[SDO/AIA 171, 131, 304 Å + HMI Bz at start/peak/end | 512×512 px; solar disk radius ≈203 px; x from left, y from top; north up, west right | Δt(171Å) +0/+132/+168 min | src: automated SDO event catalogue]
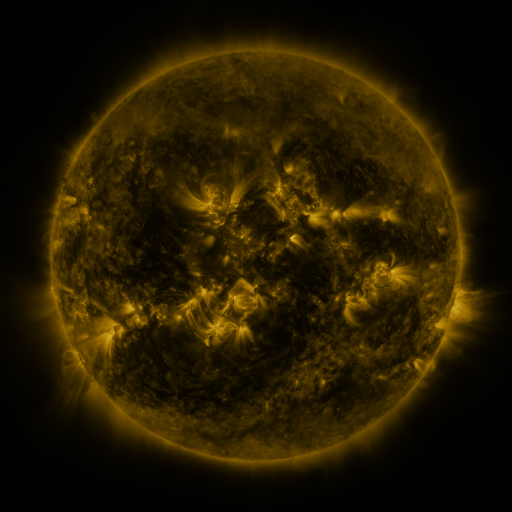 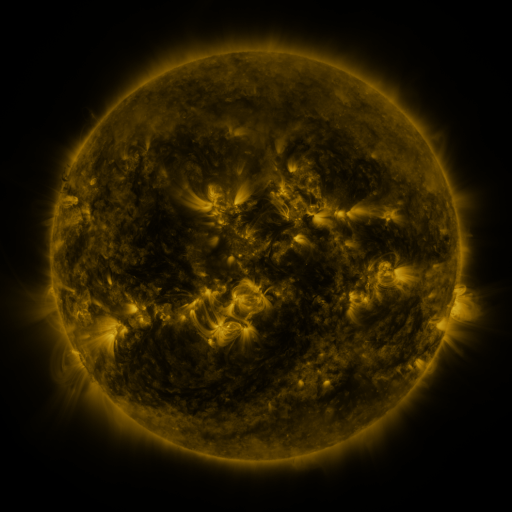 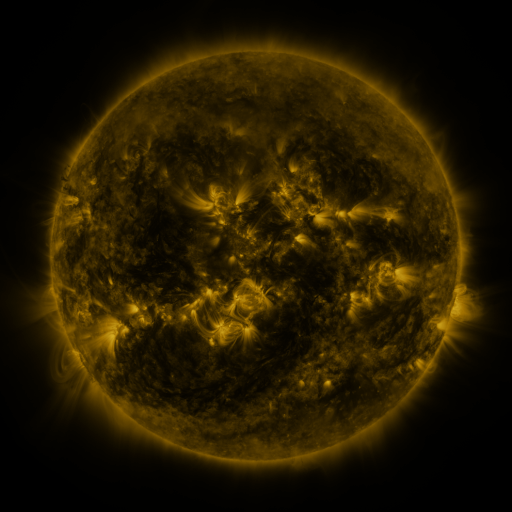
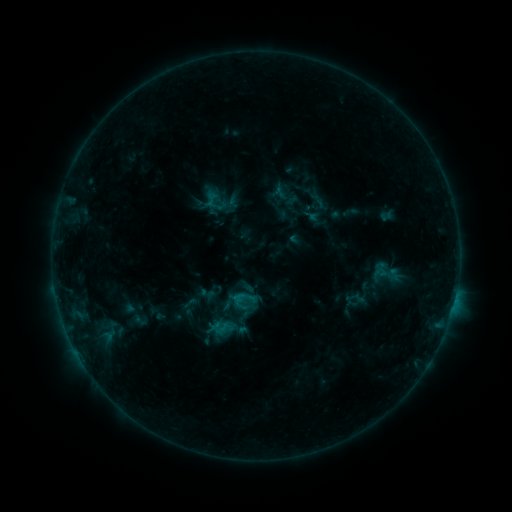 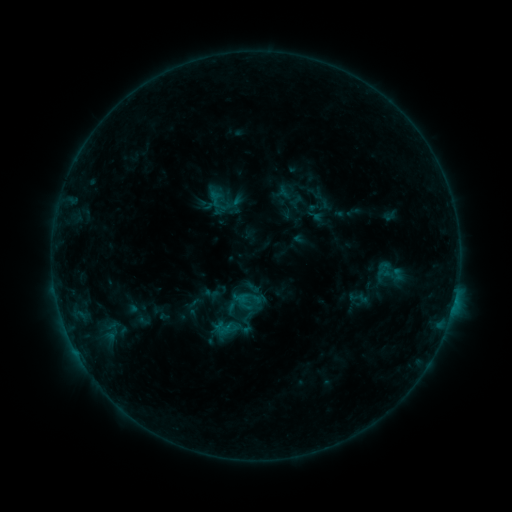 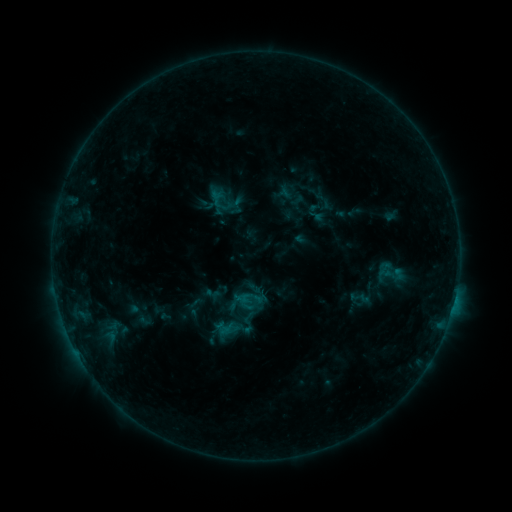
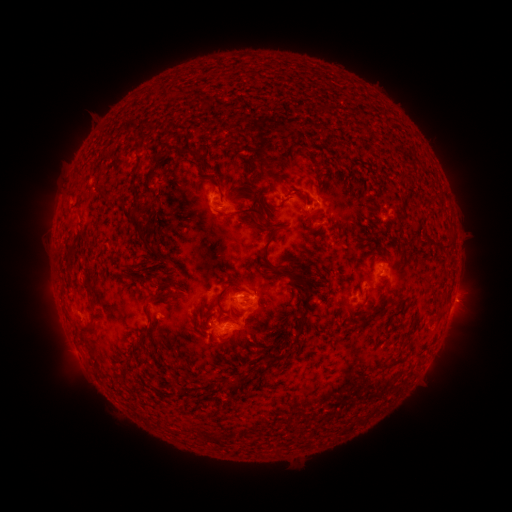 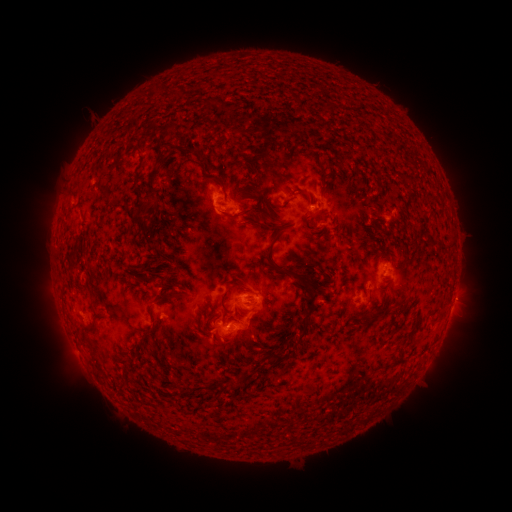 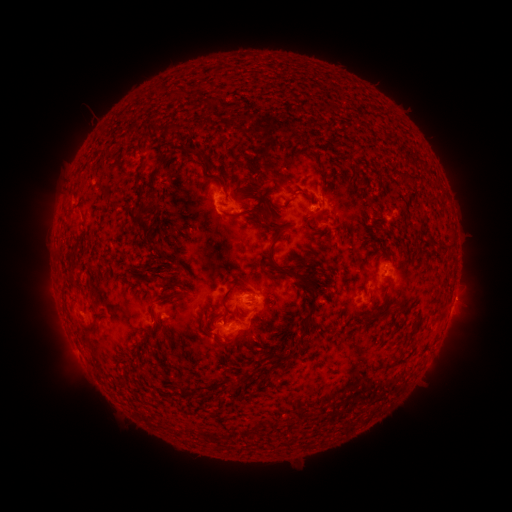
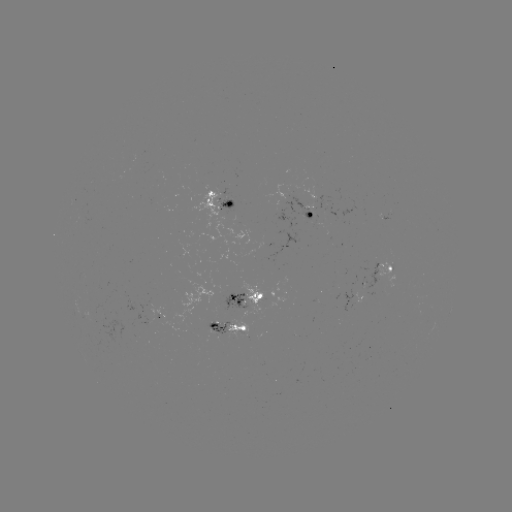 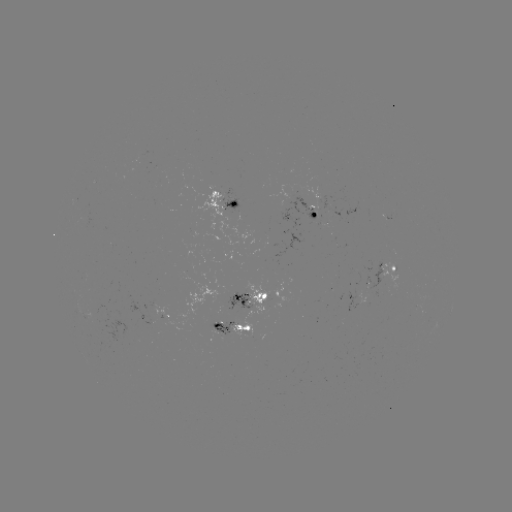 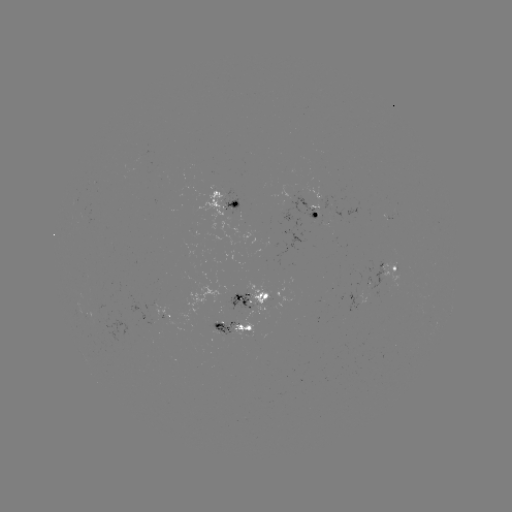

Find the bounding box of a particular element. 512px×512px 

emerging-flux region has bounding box [209, 321, 234, 336].